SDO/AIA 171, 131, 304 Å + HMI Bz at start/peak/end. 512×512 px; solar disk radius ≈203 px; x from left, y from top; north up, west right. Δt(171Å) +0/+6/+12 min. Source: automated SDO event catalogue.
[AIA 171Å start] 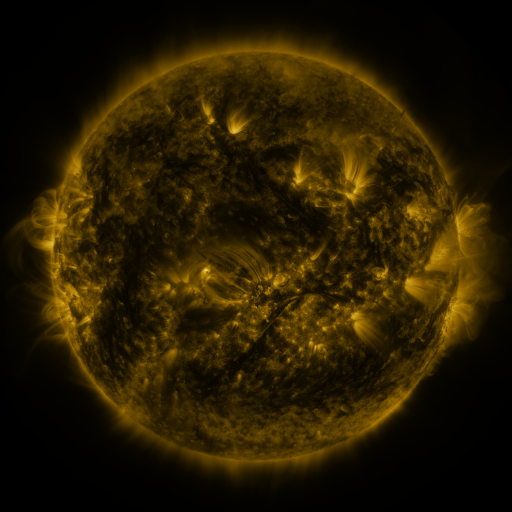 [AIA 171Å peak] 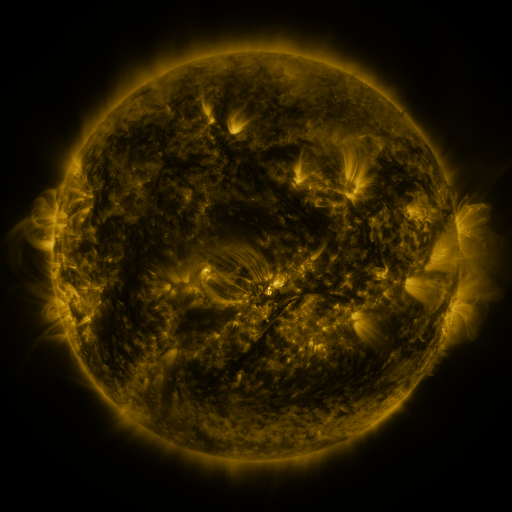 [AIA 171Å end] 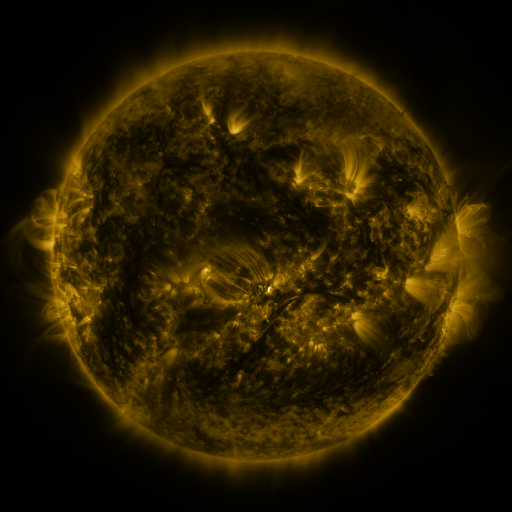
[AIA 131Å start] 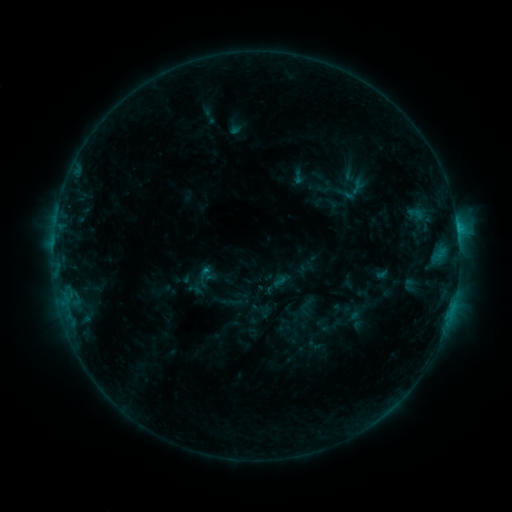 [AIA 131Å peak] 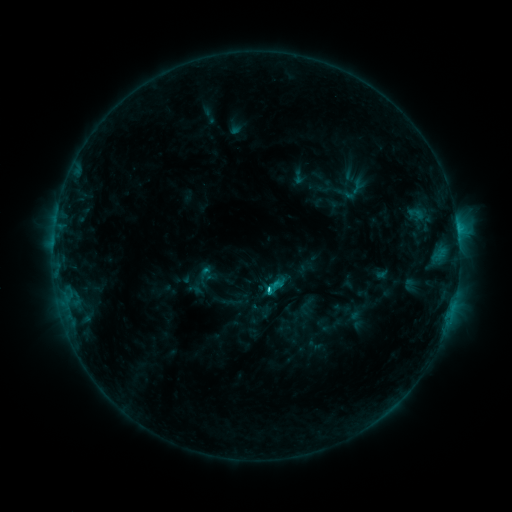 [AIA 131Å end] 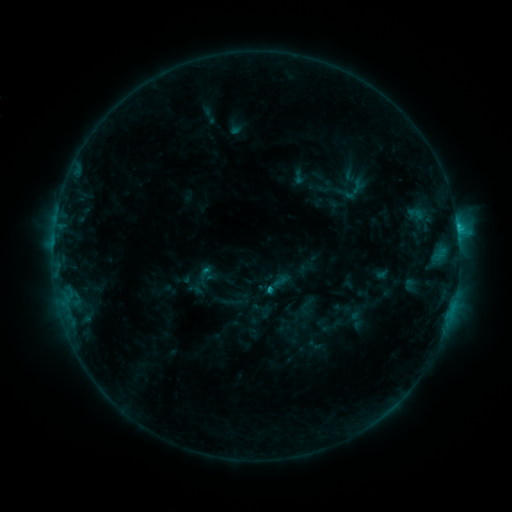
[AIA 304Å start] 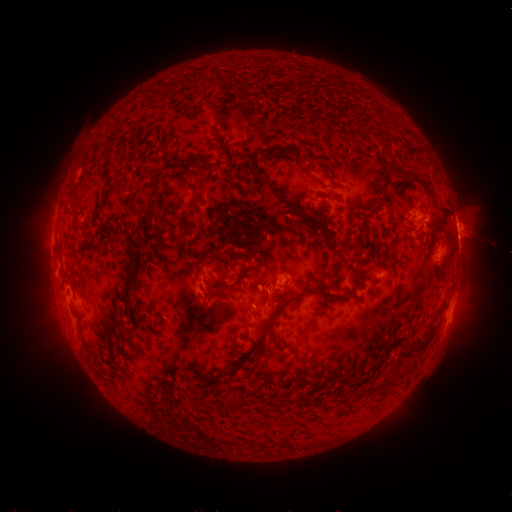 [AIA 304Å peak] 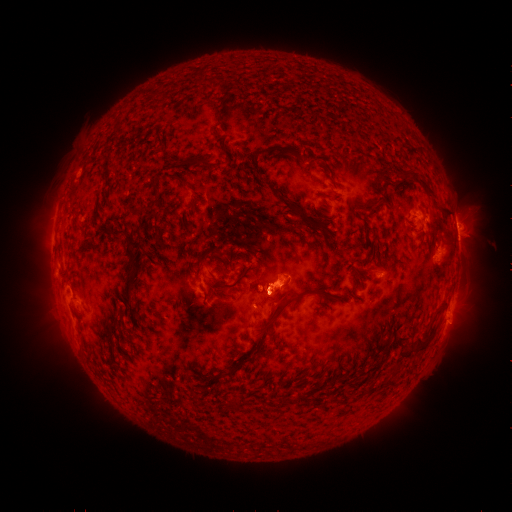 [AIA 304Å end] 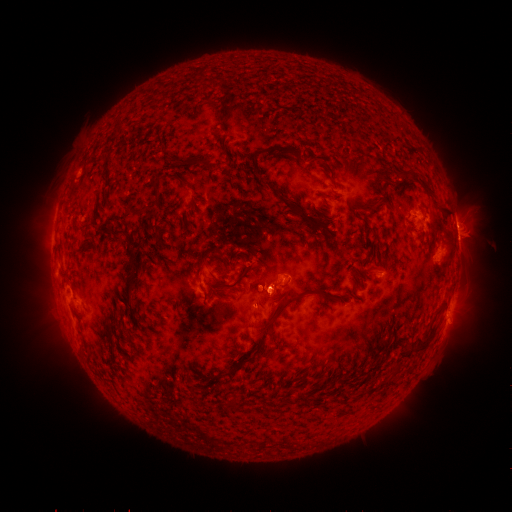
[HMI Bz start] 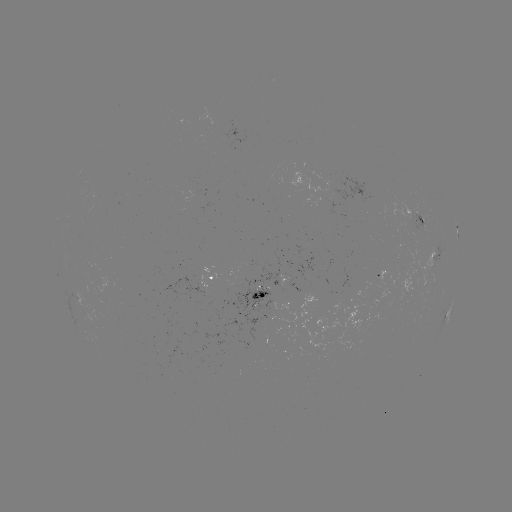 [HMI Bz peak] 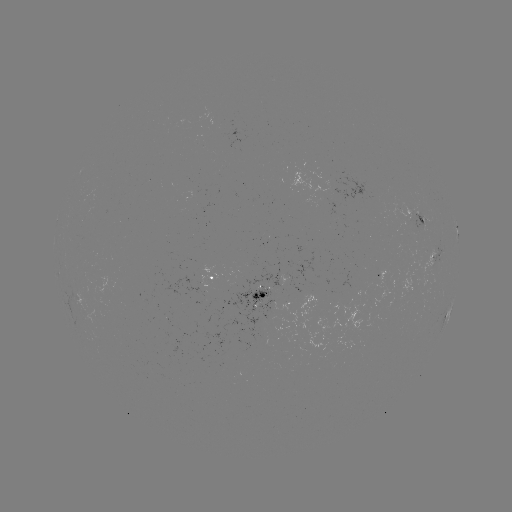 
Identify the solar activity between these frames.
C1.9 flare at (266, 289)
